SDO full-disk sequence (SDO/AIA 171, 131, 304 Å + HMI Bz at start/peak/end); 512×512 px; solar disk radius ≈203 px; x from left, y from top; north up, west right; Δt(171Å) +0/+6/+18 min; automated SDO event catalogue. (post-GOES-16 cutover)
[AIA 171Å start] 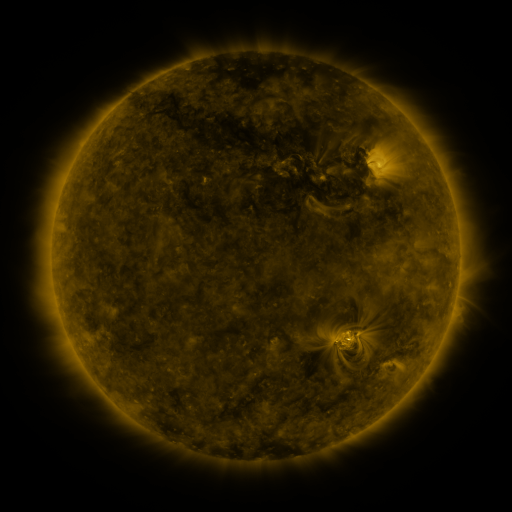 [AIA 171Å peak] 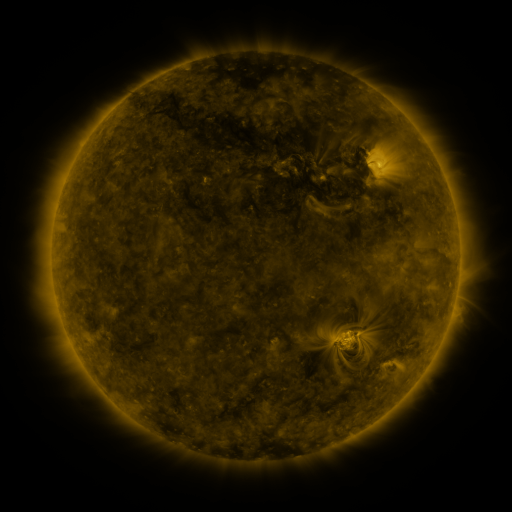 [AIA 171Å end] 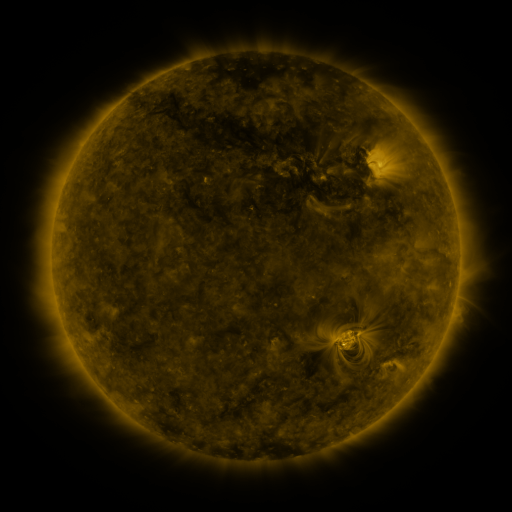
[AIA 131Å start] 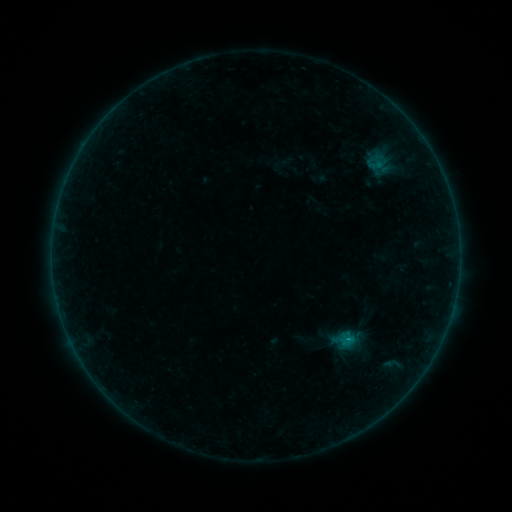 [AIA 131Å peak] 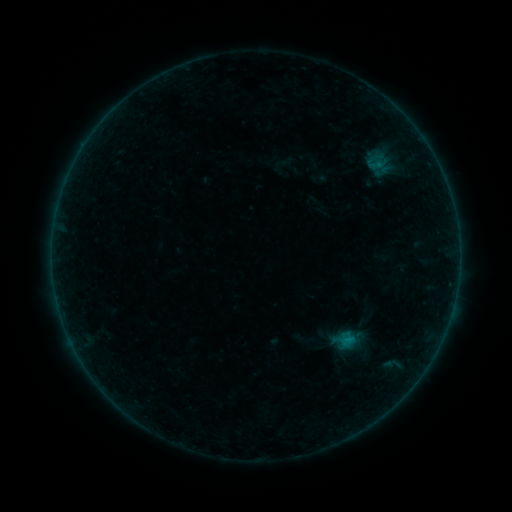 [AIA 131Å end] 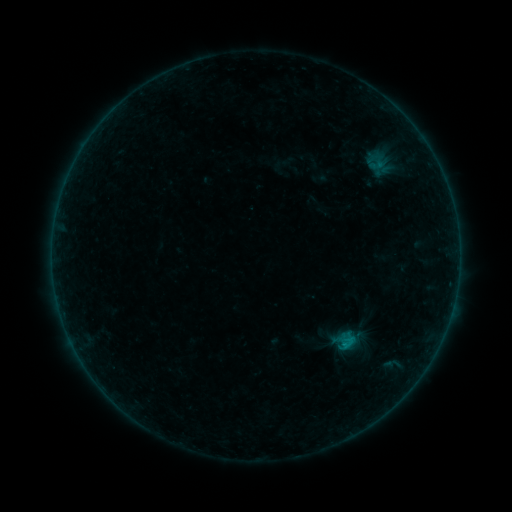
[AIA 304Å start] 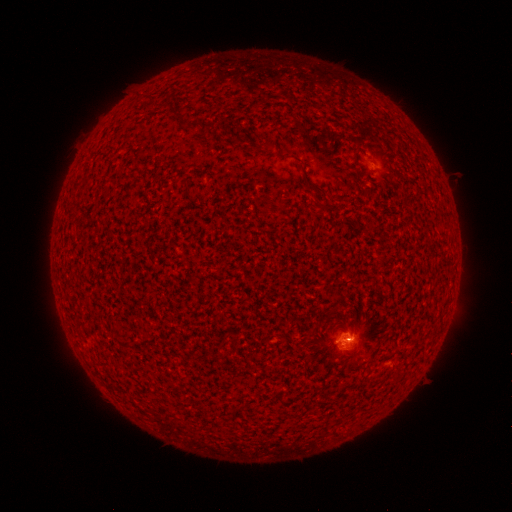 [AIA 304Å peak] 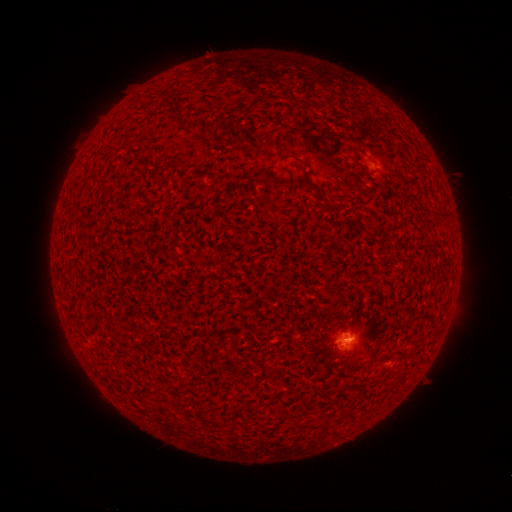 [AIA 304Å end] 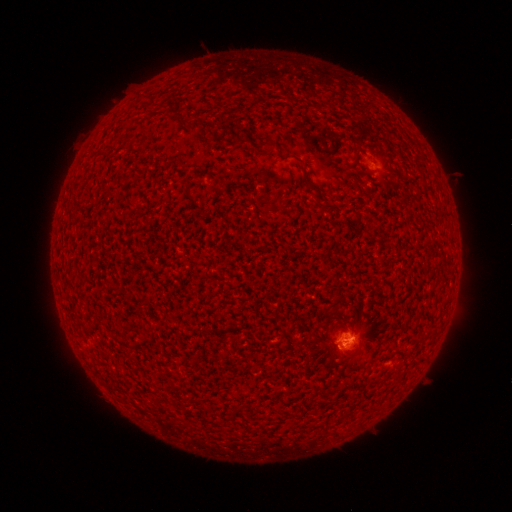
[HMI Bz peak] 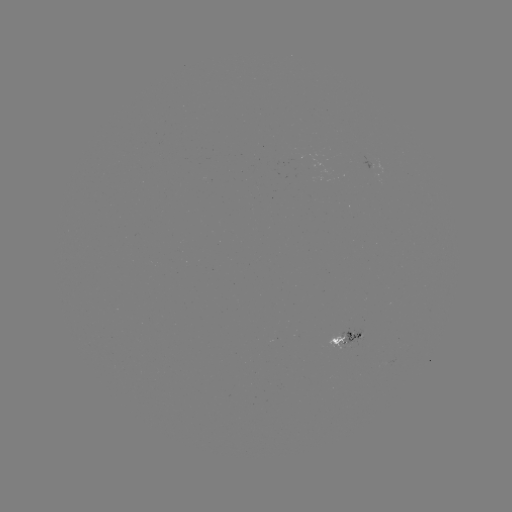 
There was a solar flare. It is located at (341, 346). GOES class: B8.8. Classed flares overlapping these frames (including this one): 1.